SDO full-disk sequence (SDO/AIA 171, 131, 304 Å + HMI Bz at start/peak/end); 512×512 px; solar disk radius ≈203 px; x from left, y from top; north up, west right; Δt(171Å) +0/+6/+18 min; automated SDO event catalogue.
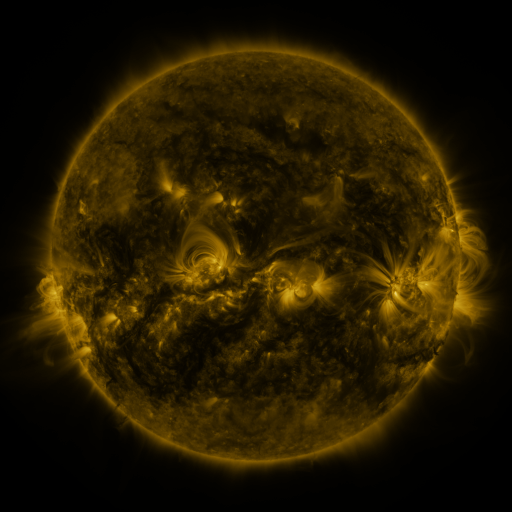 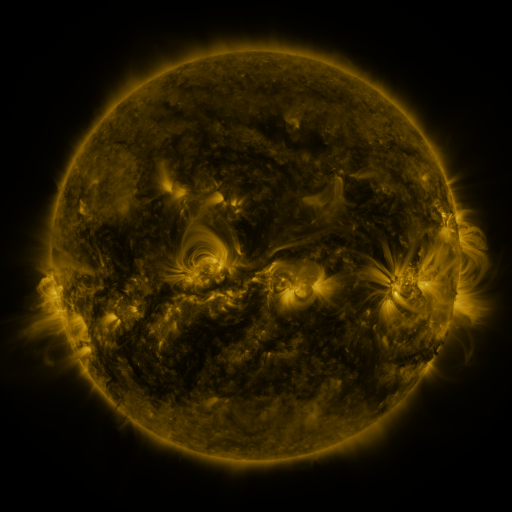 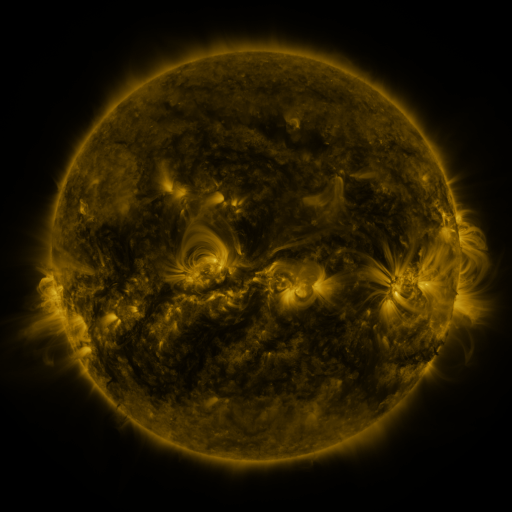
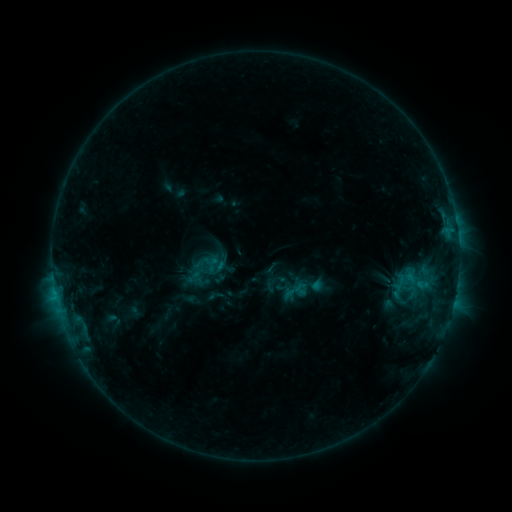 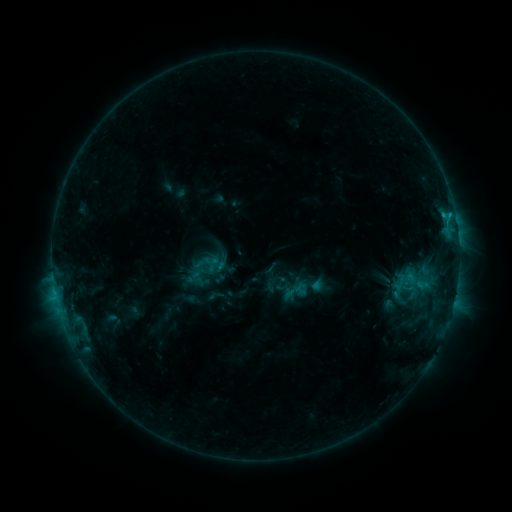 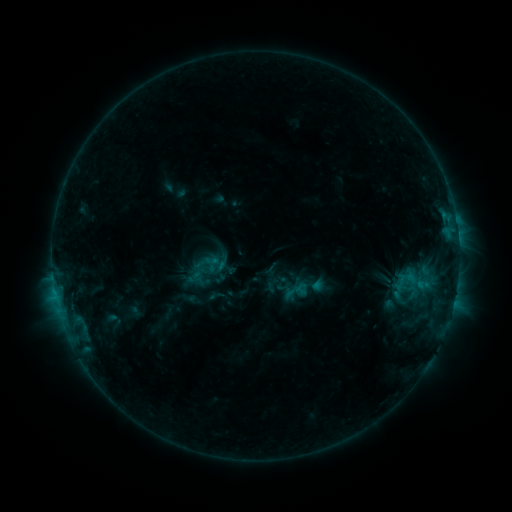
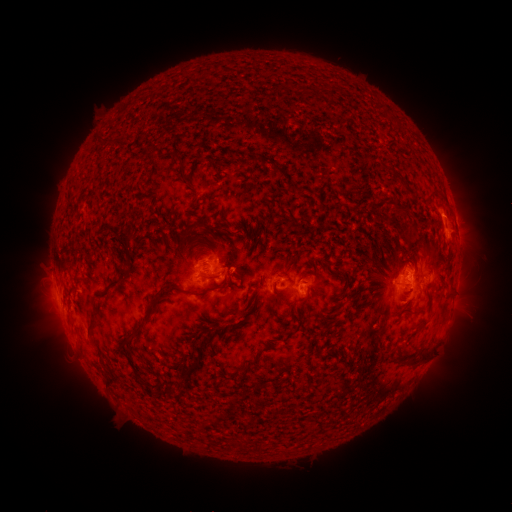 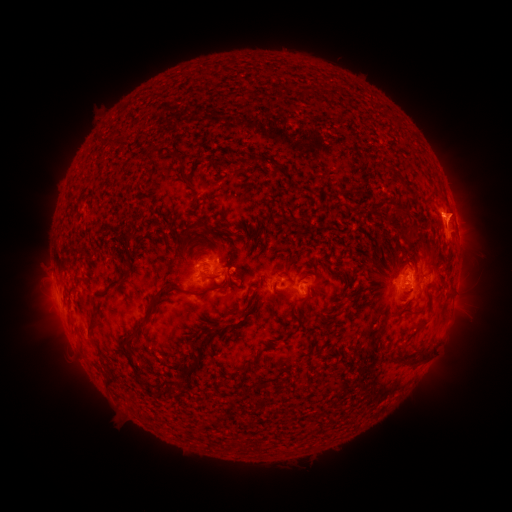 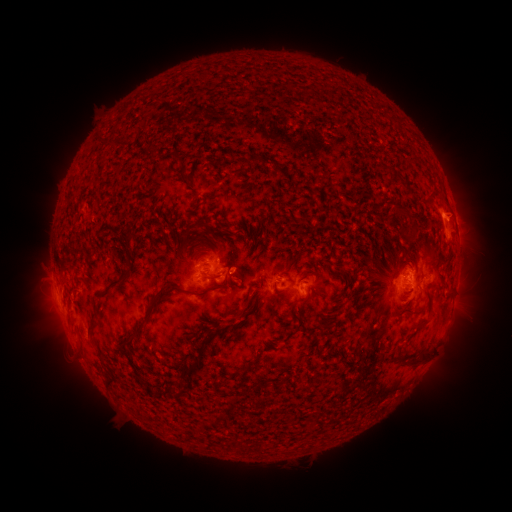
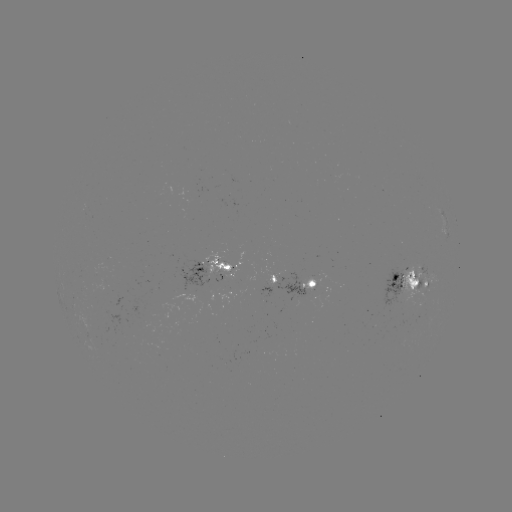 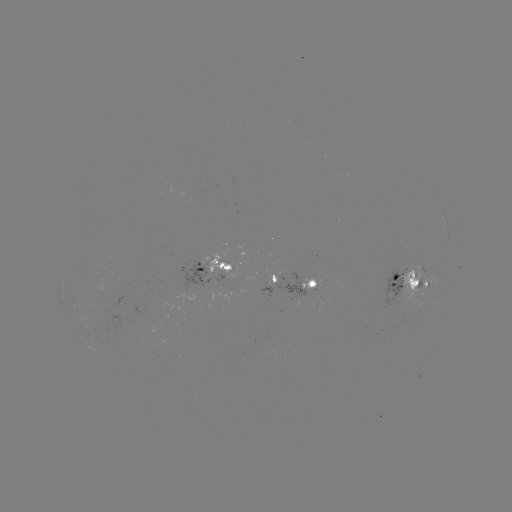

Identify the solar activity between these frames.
eruption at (455, 210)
